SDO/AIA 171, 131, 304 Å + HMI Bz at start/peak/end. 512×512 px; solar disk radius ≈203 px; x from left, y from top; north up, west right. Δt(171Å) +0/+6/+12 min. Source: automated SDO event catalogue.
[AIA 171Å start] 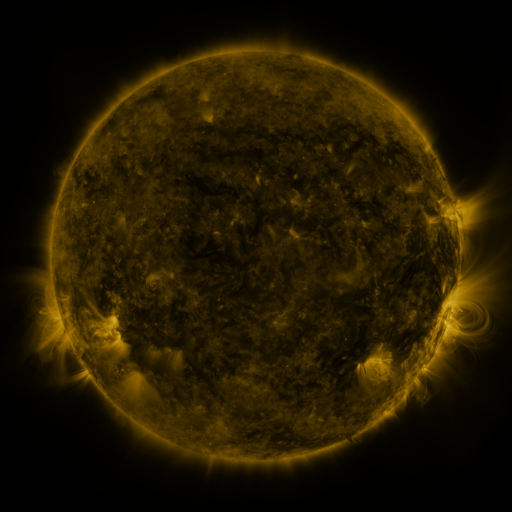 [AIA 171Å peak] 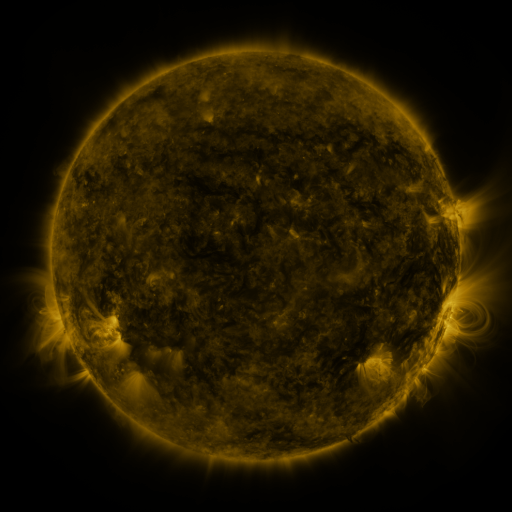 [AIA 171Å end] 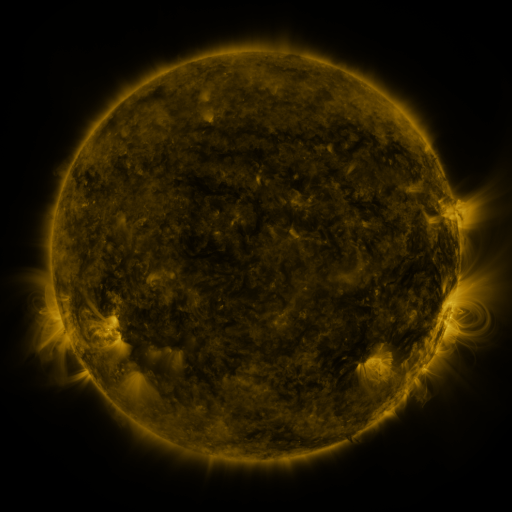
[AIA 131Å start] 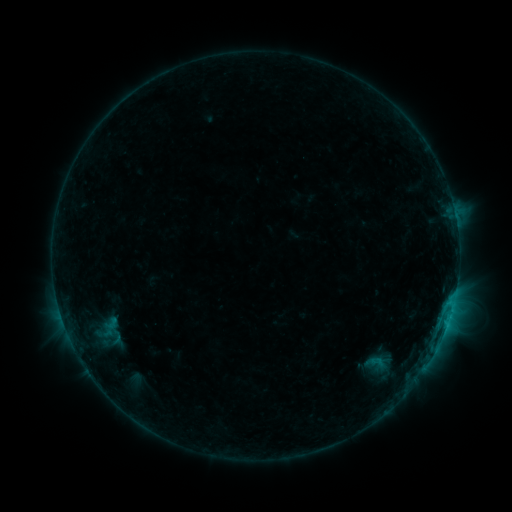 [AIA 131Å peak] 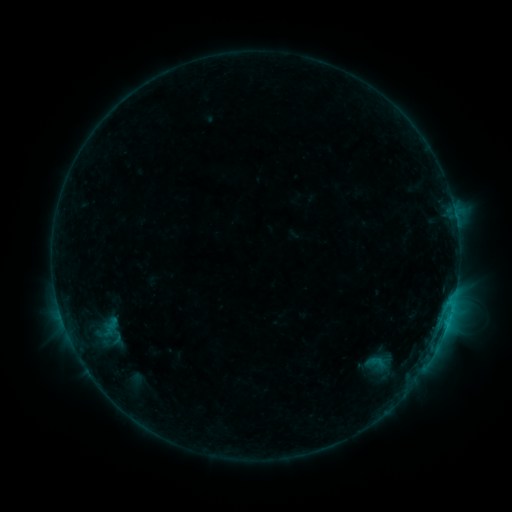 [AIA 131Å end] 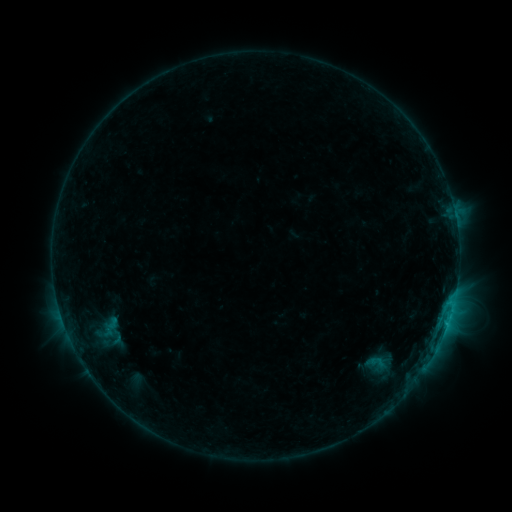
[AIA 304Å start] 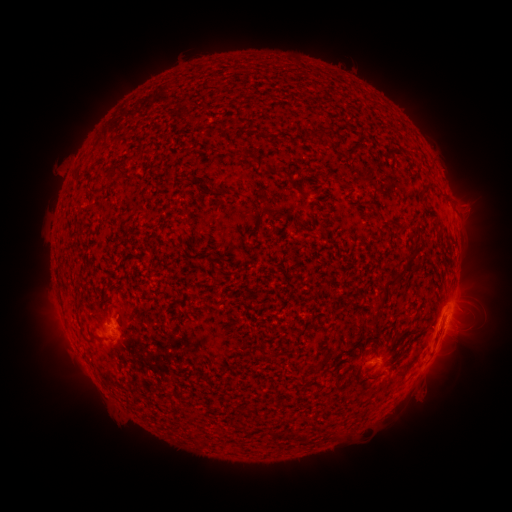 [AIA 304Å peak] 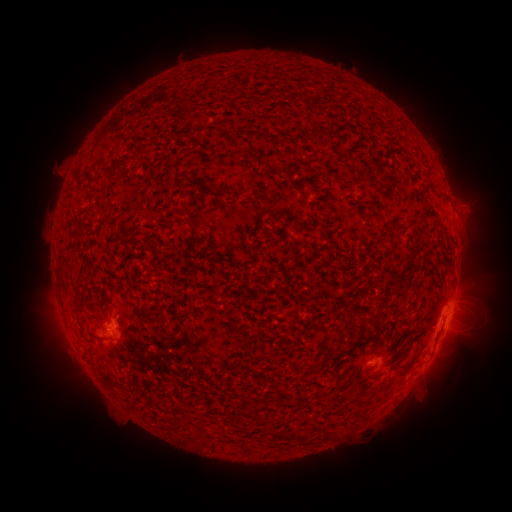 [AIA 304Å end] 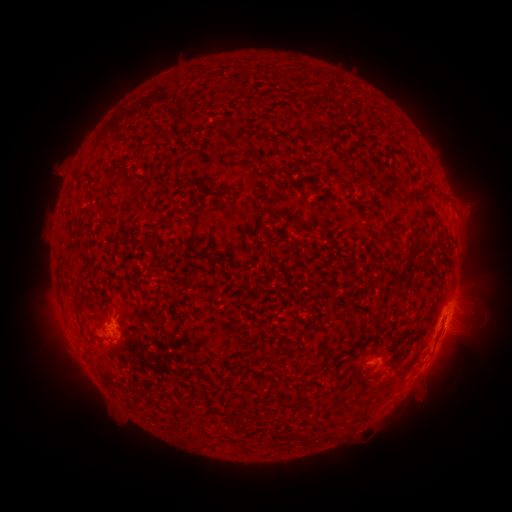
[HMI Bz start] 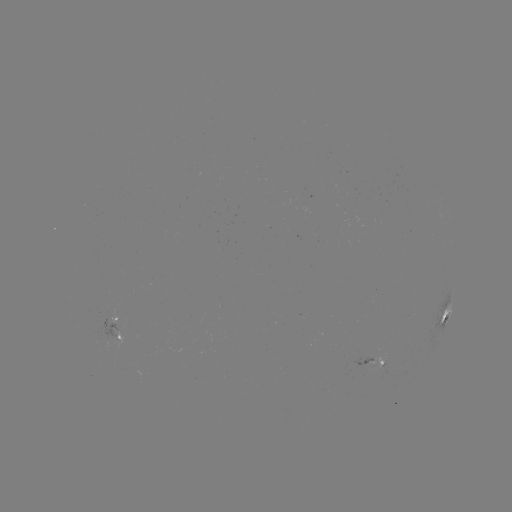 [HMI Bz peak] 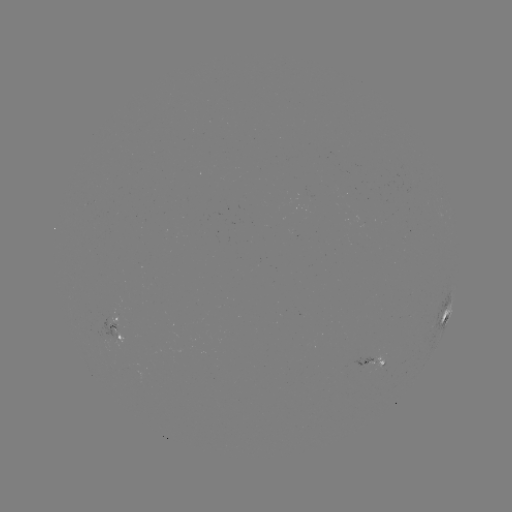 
no flare in any classed list; no EUV-trigger detection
